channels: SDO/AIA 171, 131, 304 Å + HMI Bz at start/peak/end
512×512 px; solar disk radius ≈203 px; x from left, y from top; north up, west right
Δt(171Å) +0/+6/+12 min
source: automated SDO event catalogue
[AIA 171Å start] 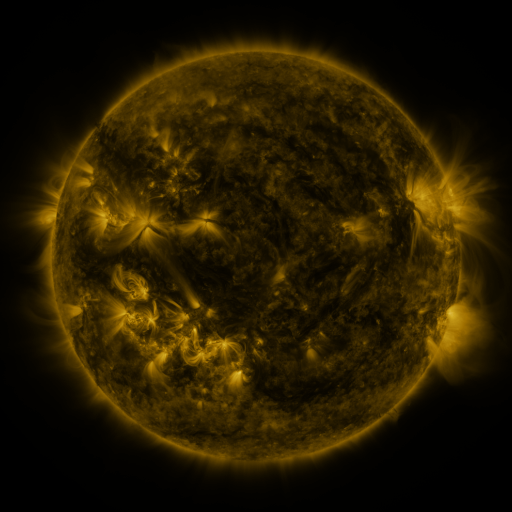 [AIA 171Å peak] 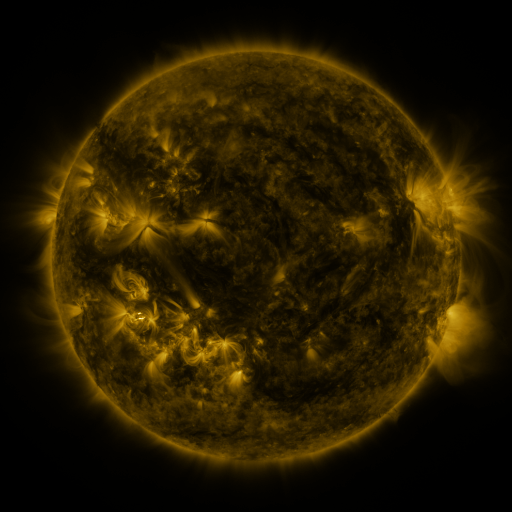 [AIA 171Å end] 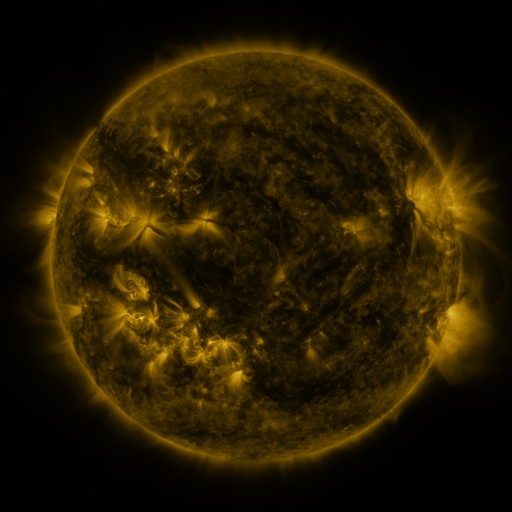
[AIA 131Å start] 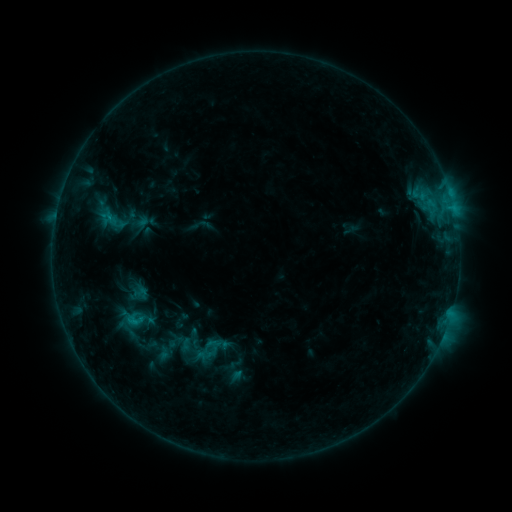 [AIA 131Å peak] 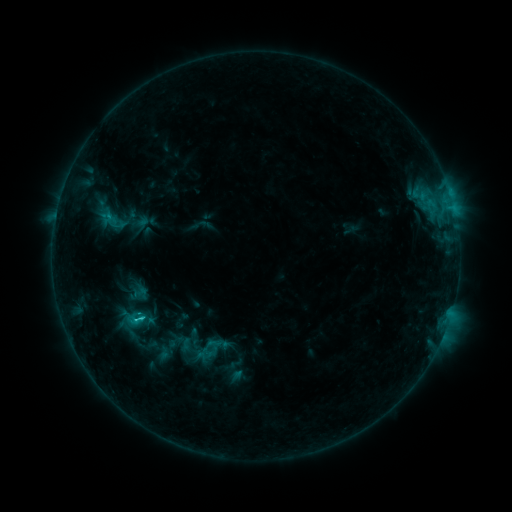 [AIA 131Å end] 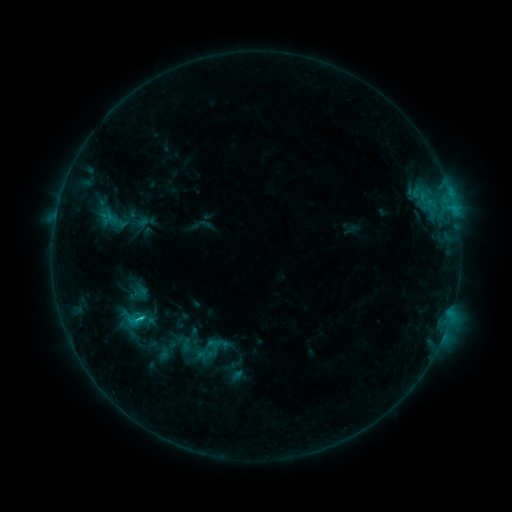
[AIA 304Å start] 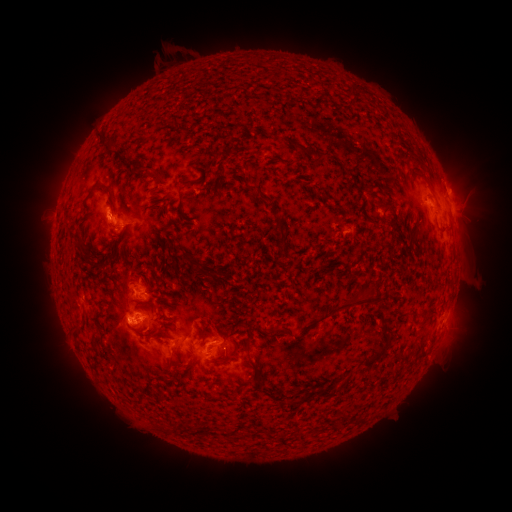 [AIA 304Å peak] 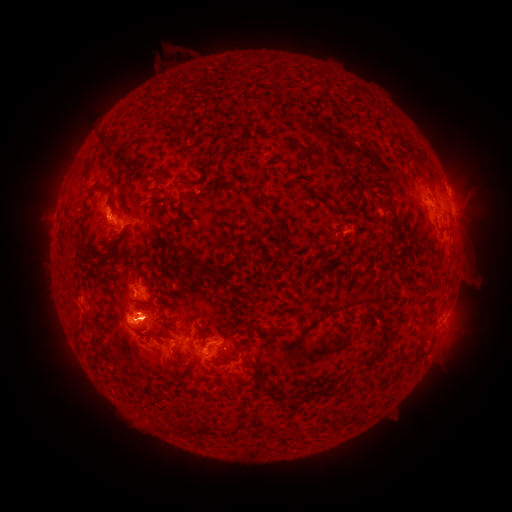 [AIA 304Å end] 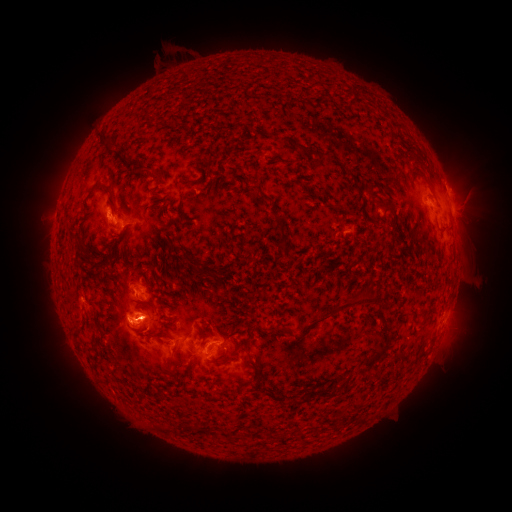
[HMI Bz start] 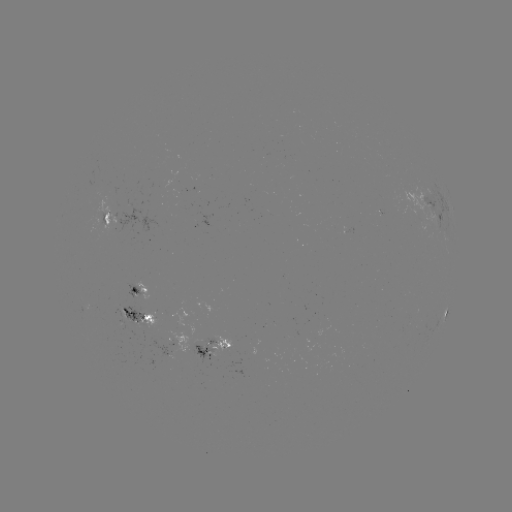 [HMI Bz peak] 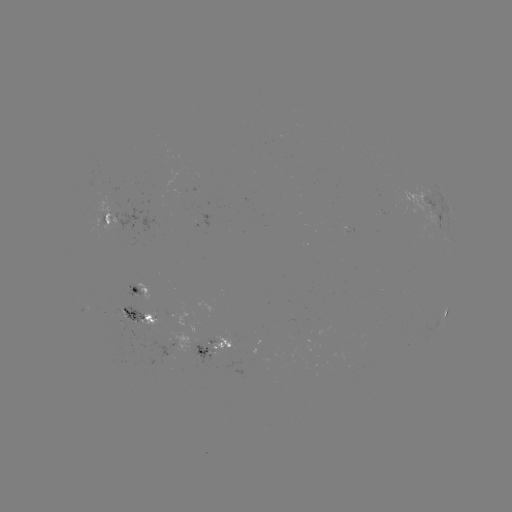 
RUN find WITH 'C2.0 flare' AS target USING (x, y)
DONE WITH (141, 317) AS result